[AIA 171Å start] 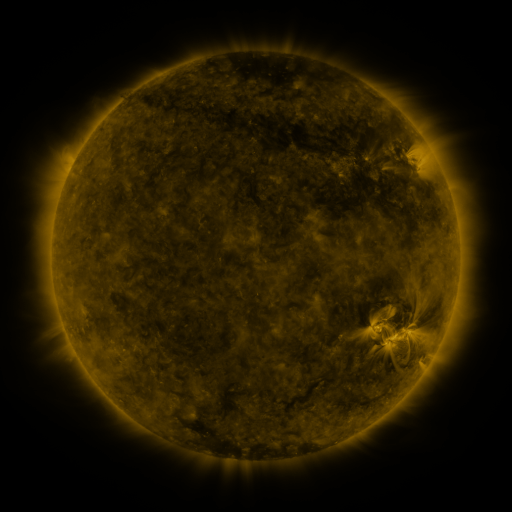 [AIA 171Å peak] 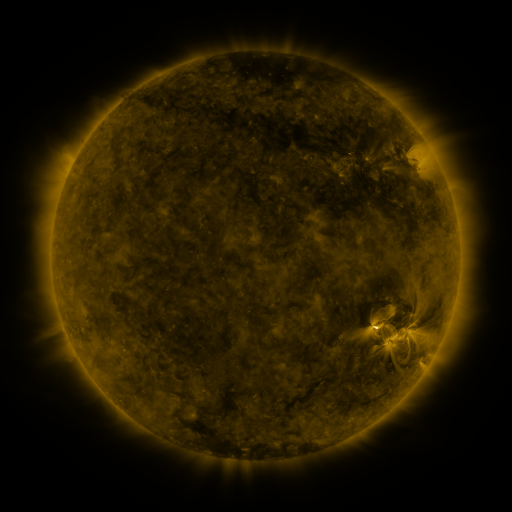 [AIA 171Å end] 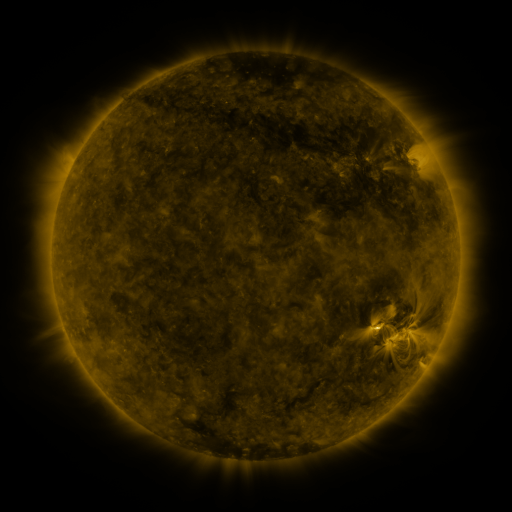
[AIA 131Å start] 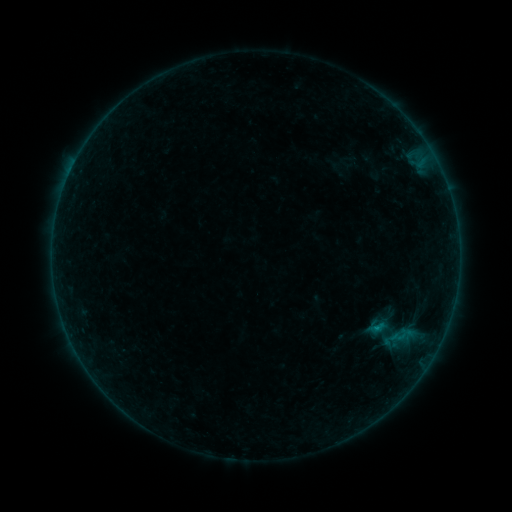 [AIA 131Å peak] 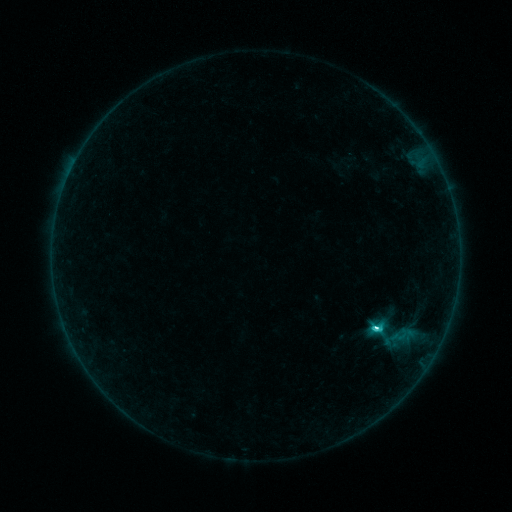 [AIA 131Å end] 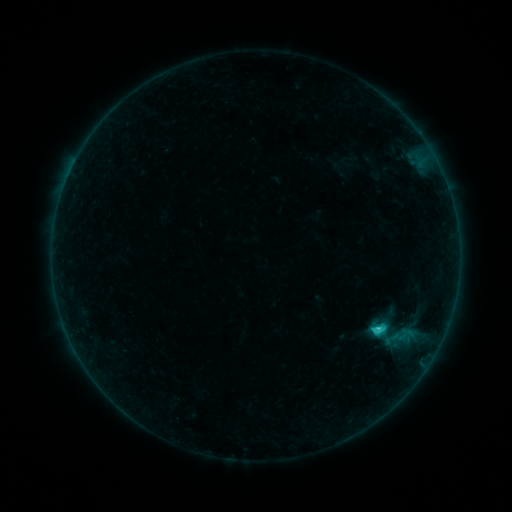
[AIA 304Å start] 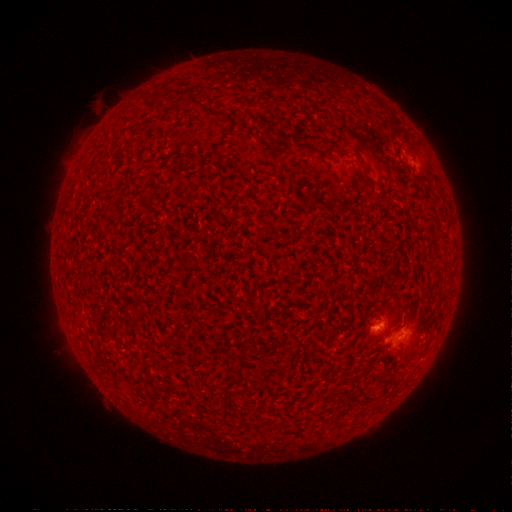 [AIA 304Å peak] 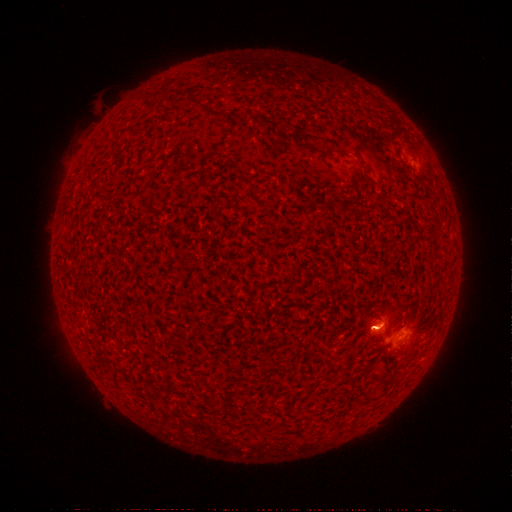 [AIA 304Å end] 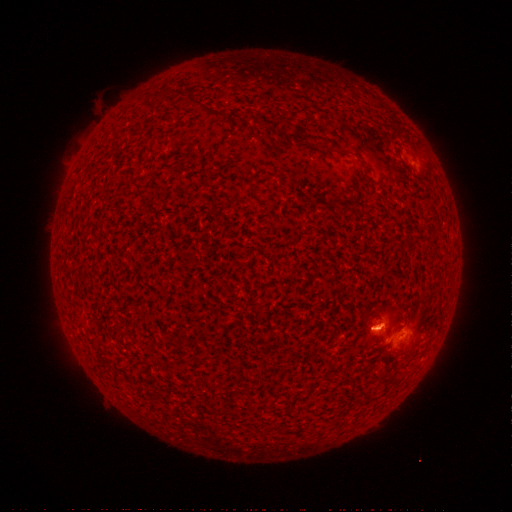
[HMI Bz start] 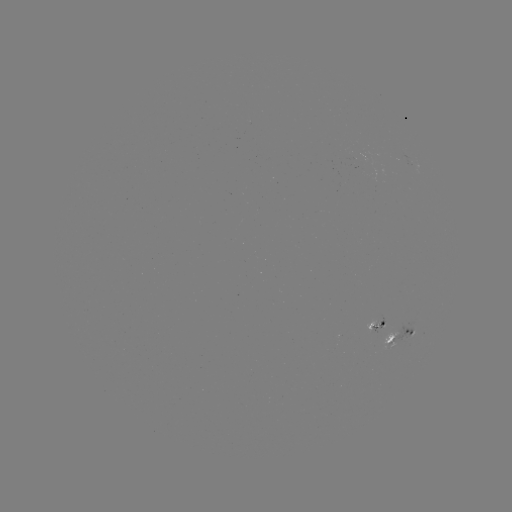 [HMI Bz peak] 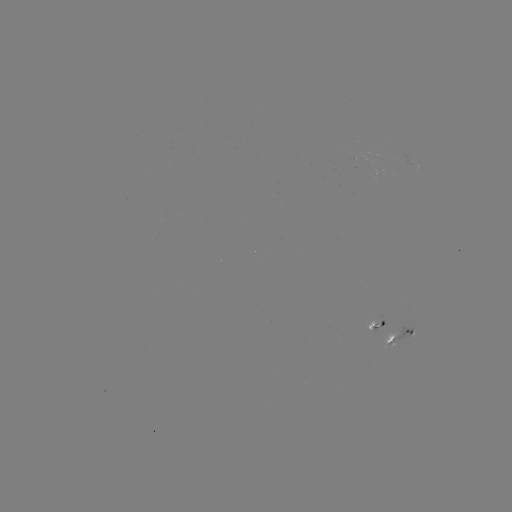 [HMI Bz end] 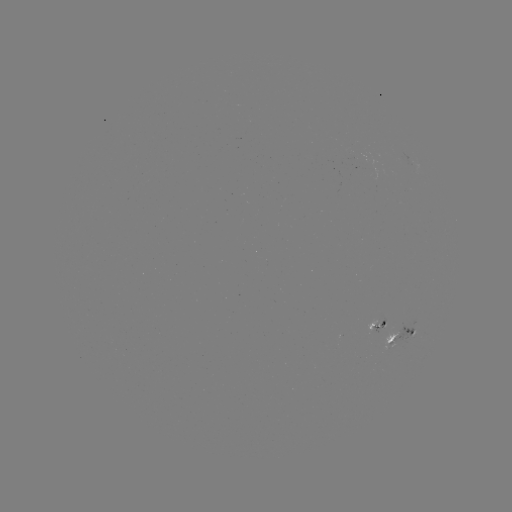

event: flare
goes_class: C4.3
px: (376, 327)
